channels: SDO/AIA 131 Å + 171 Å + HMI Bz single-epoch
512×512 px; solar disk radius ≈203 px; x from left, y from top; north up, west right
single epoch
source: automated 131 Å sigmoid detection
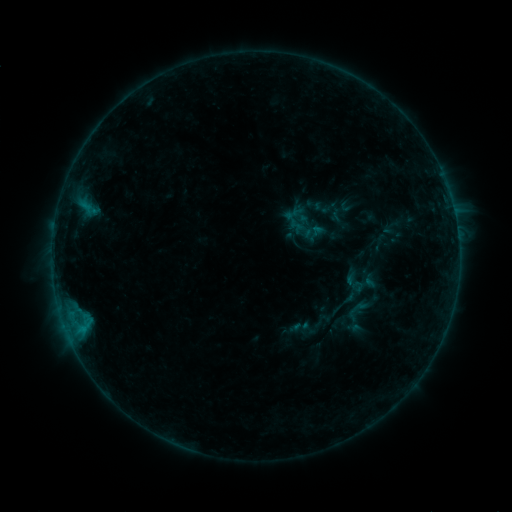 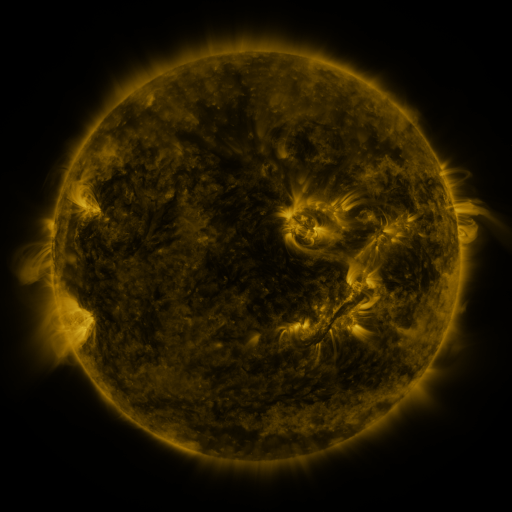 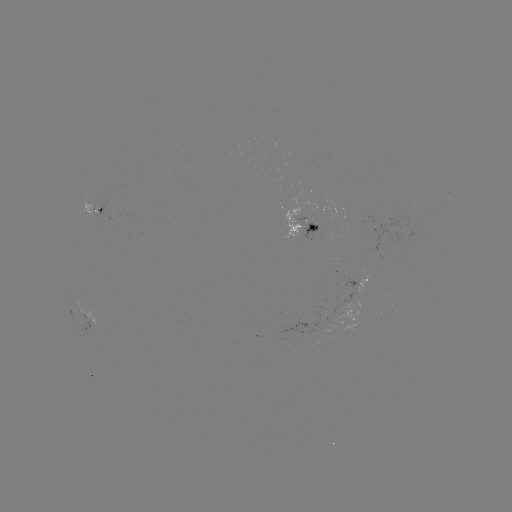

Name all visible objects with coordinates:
sigmoid: (300, 215)
sigmoid: (301, 326)
